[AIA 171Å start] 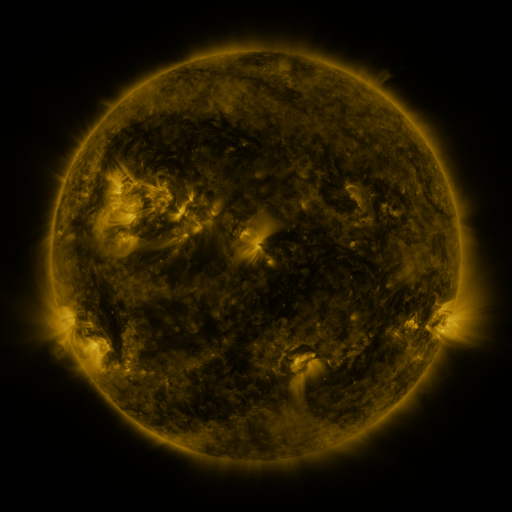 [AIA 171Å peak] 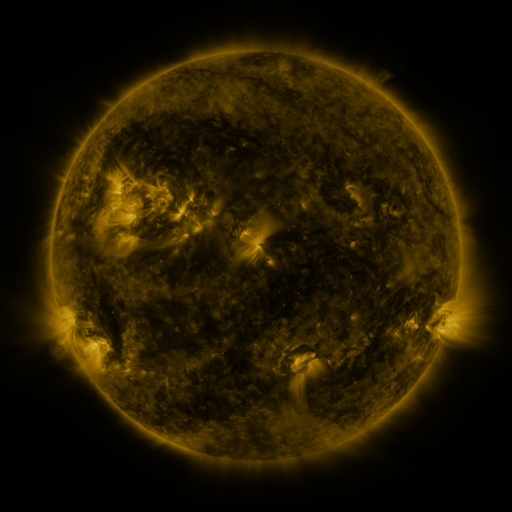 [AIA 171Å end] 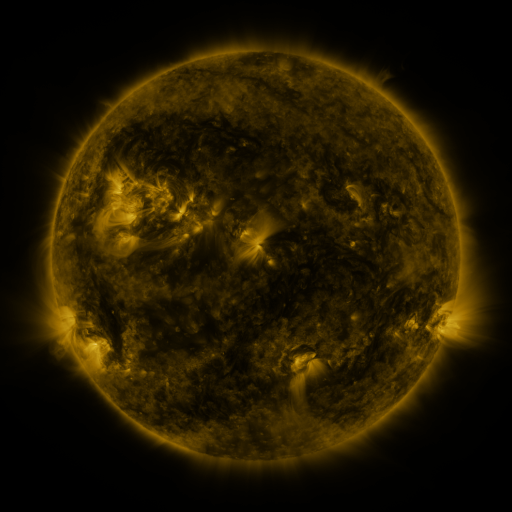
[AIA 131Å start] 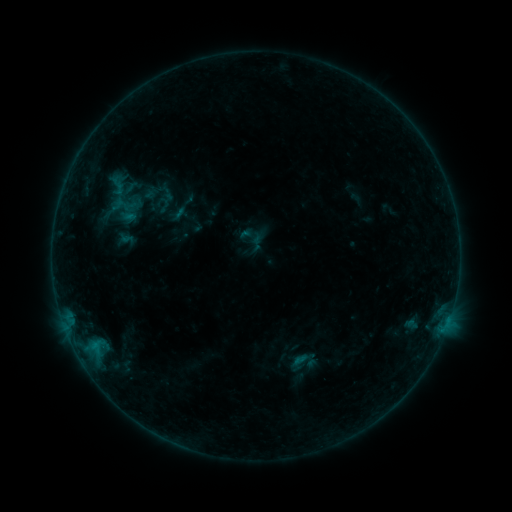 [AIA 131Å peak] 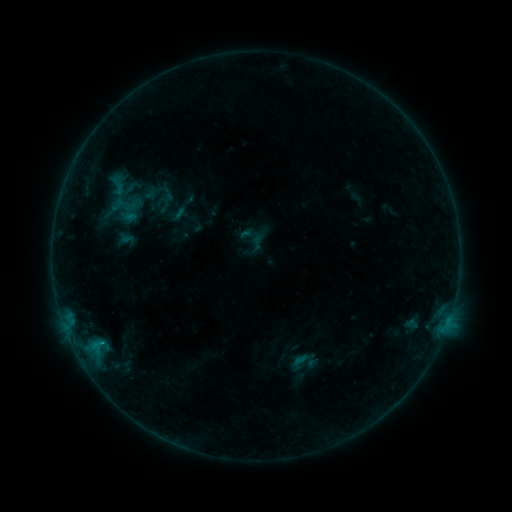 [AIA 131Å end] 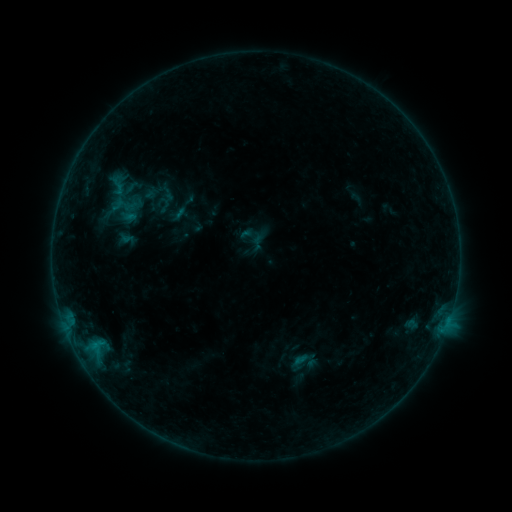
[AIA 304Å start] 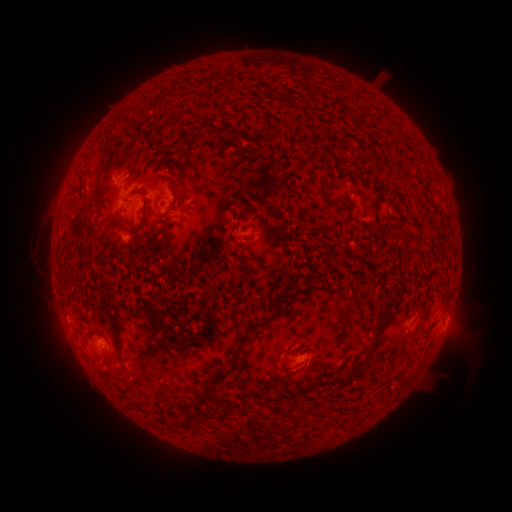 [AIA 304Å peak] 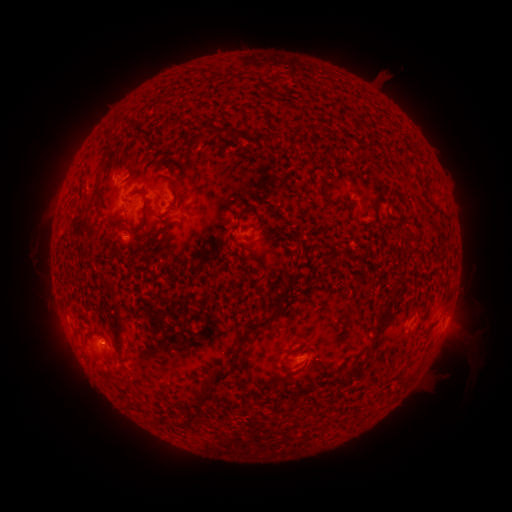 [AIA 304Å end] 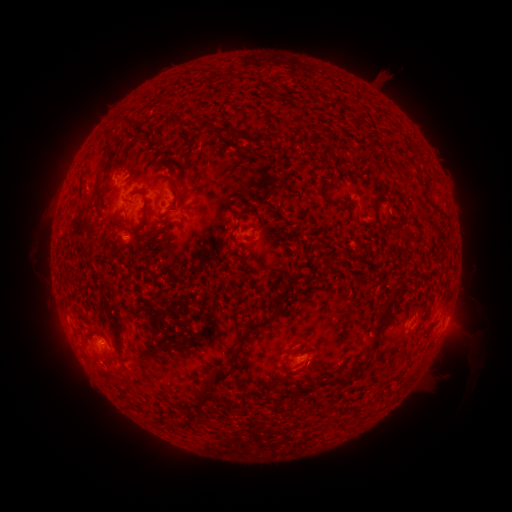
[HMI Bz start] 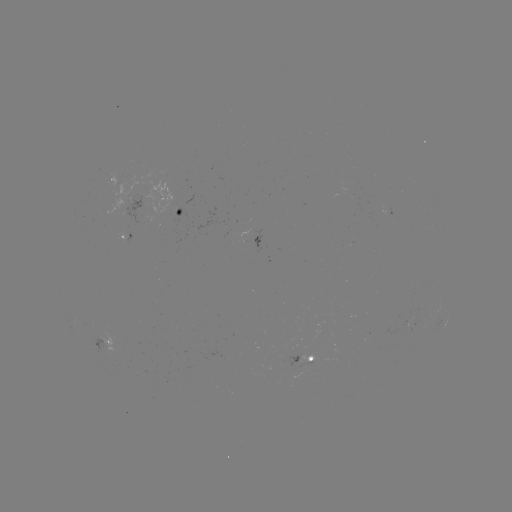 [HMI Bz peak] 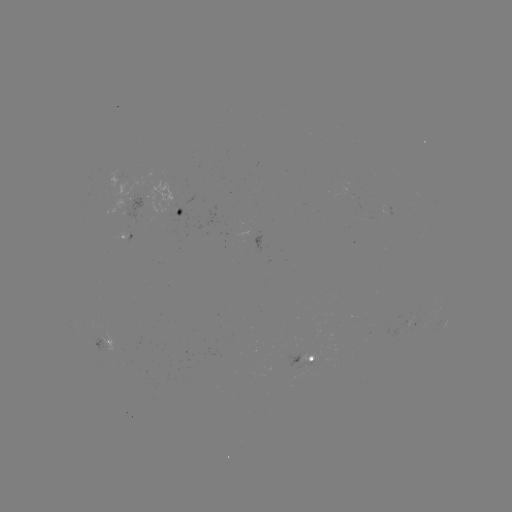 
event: flare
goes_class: B2.3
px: (102, 343)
